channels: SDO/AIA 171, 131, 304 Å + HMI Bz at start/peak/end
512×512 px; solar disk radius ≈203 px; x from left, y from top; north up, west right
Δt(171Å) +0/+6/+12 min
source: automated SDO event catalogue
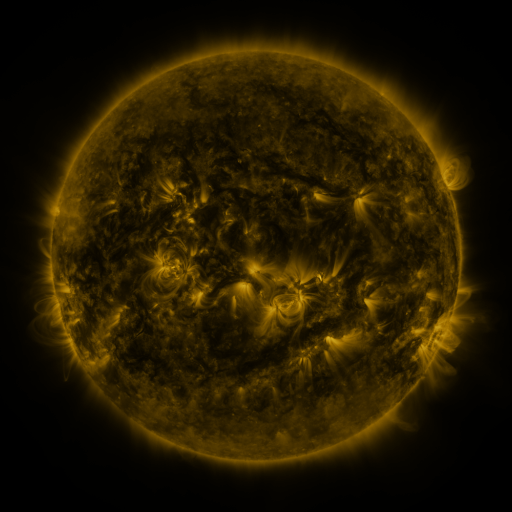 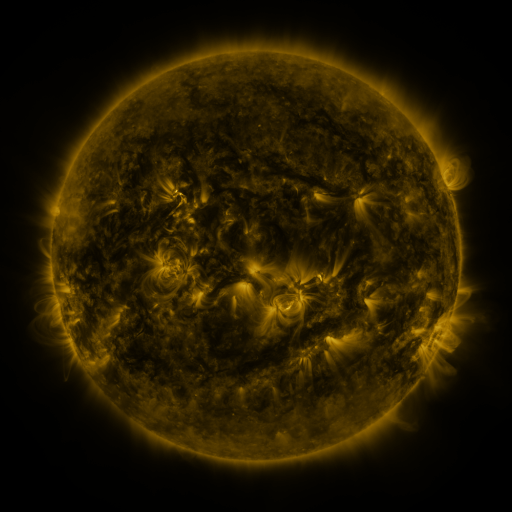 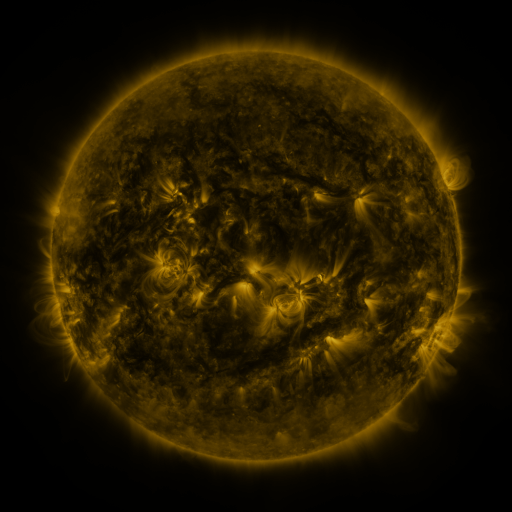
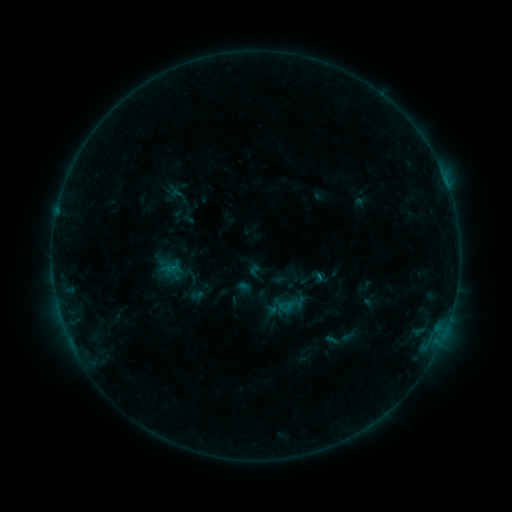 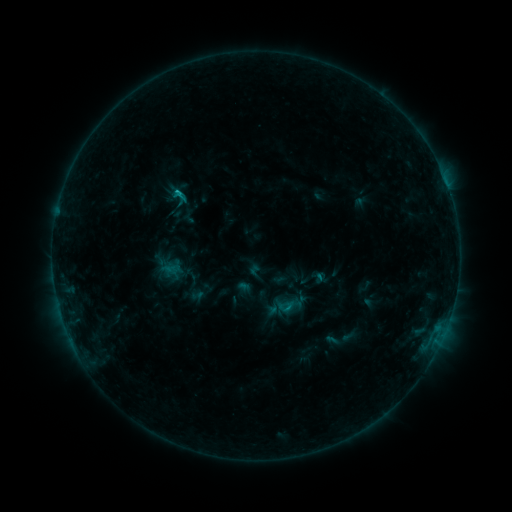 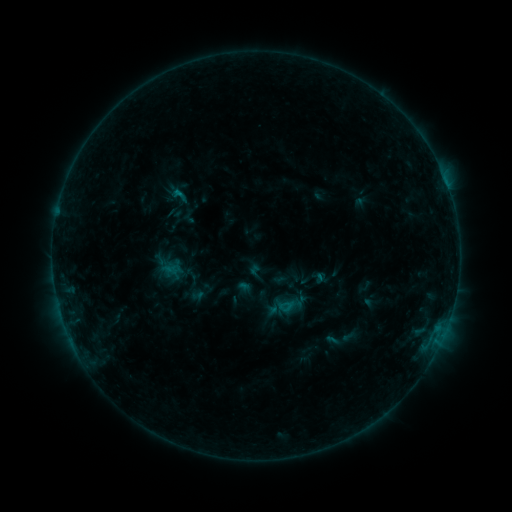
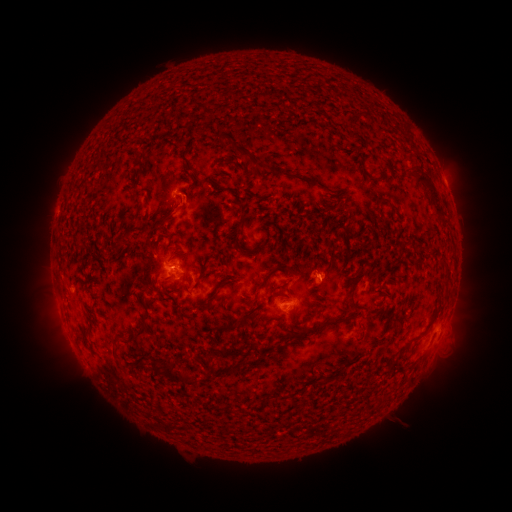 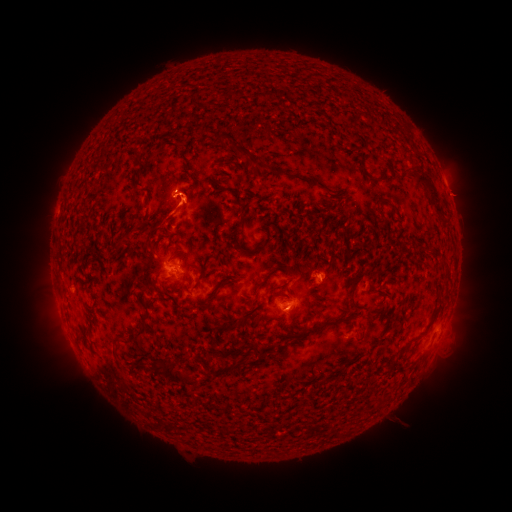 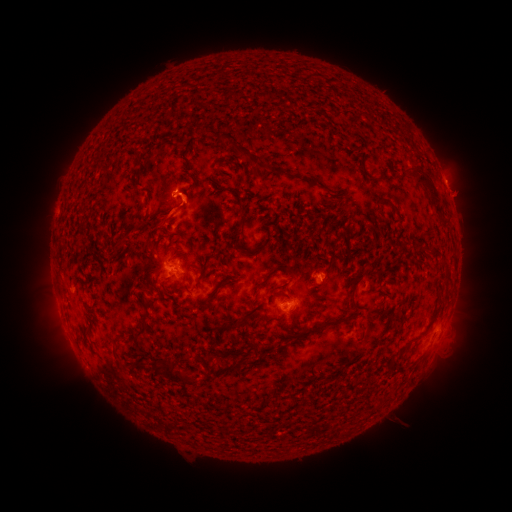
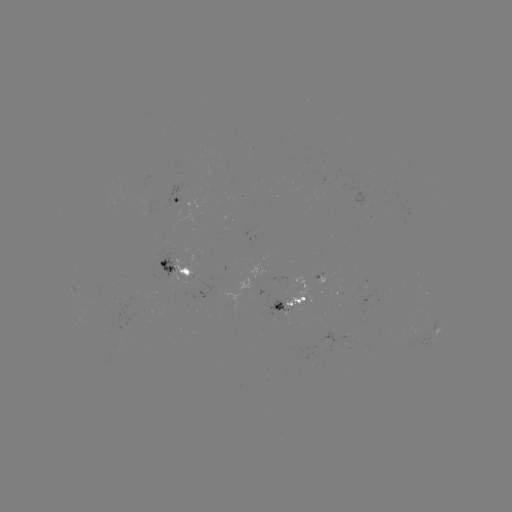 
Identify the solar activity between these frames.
B6.8 flare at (178, 193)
